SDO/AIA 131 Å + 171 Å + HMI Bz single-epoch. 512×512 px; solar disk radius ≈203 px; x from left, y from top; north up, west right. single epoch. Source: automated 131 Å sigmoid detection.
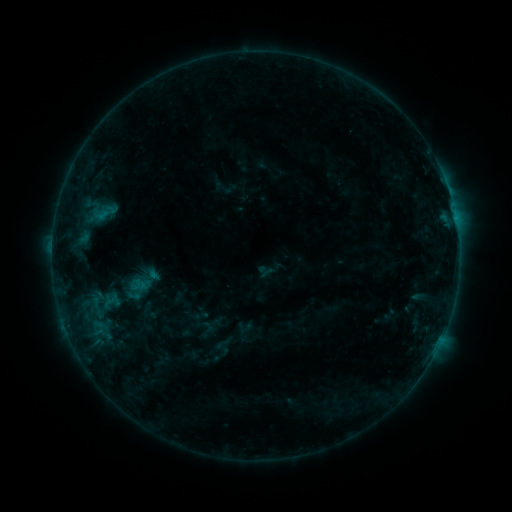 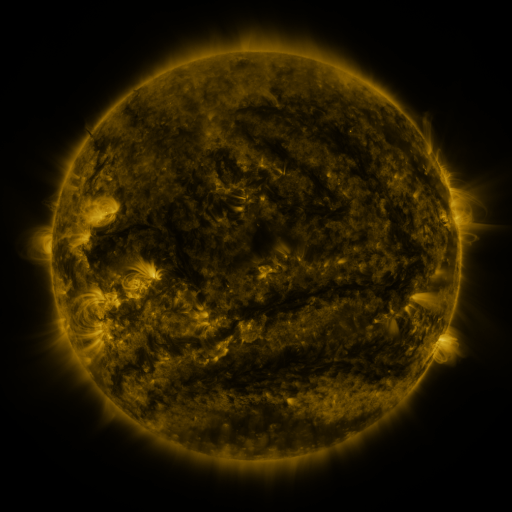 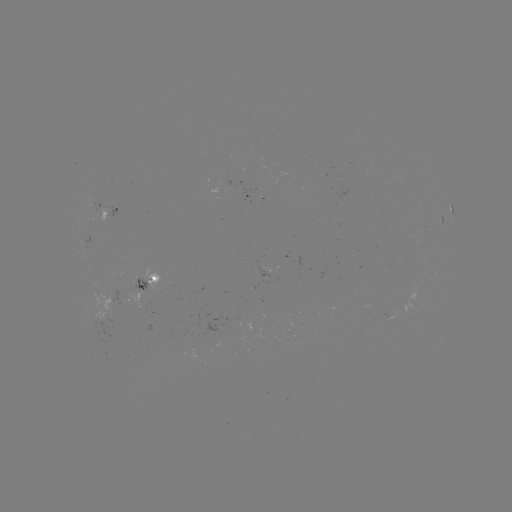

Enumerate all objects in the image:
sigmoid: [118, 273, 157, 303]
